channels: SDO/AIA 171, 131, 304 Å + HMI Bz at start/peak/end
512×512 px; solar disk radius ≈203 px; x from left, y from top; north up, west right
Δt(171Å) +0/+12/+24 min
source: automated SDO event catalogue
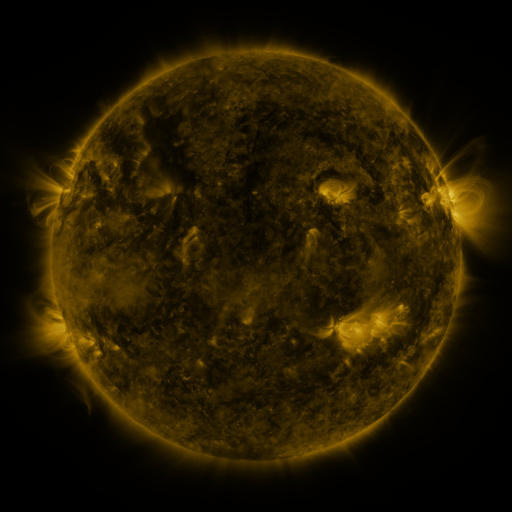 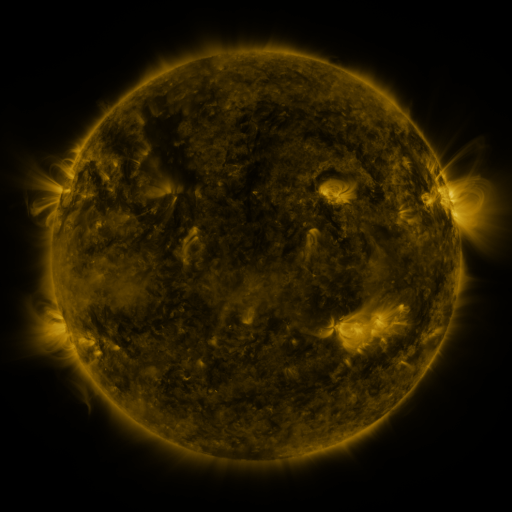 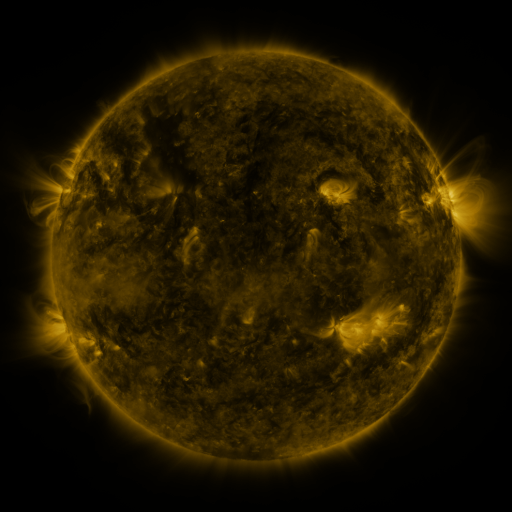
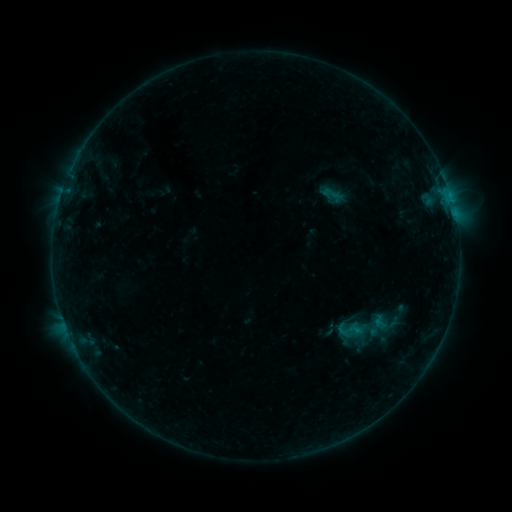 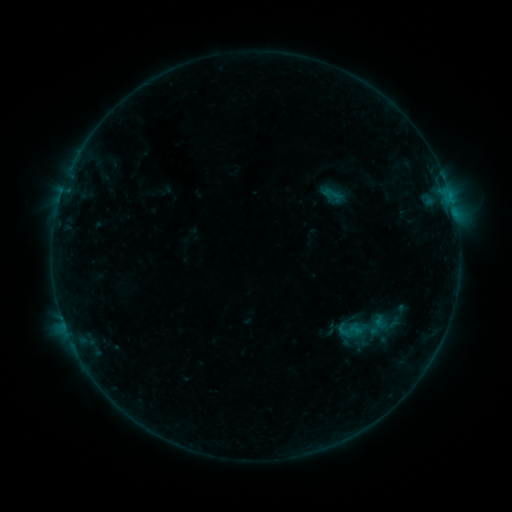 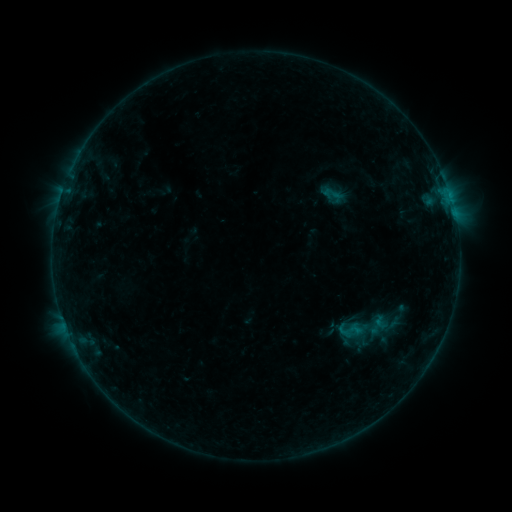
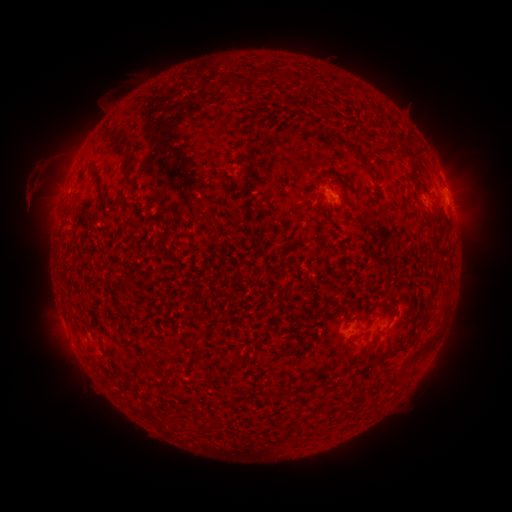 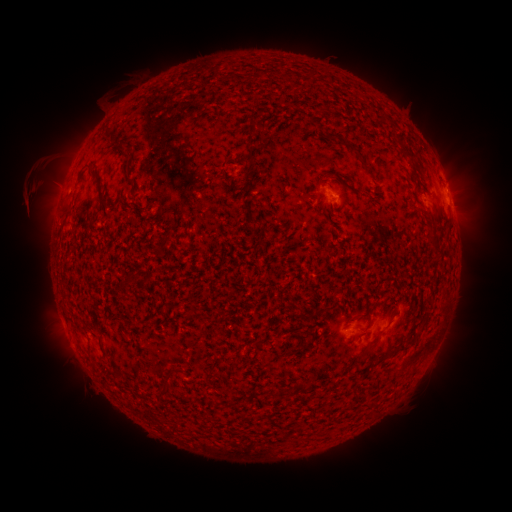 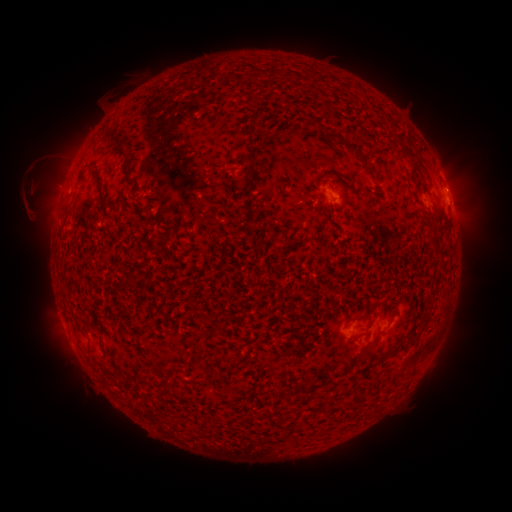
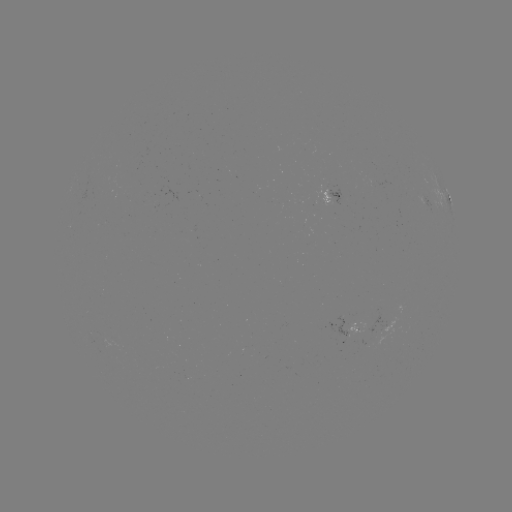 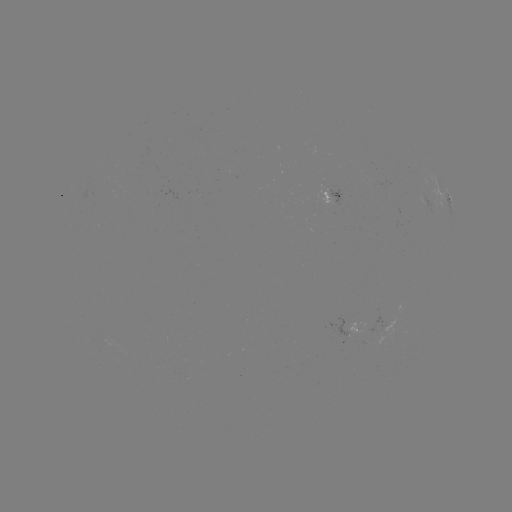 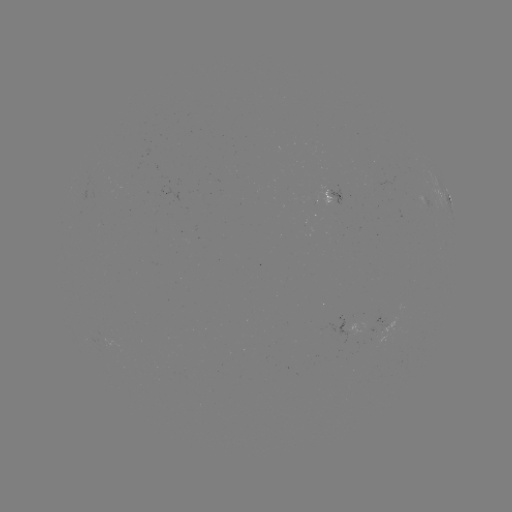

no classed flare was catalogued and no EUV brightening was flagged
